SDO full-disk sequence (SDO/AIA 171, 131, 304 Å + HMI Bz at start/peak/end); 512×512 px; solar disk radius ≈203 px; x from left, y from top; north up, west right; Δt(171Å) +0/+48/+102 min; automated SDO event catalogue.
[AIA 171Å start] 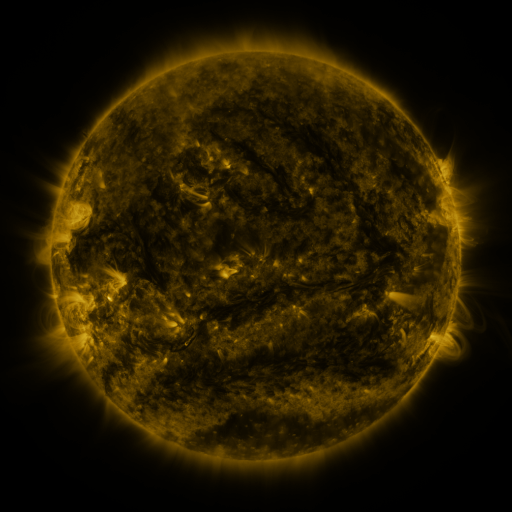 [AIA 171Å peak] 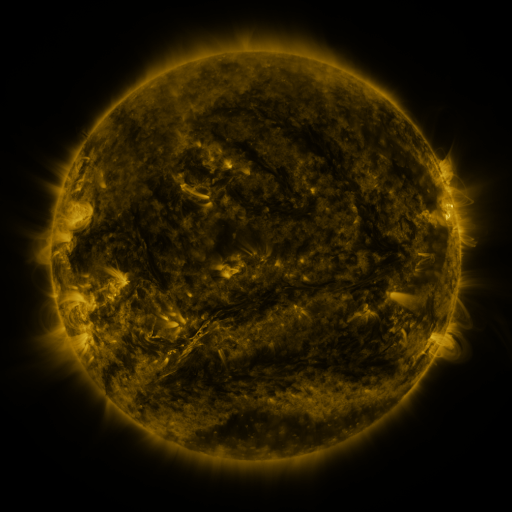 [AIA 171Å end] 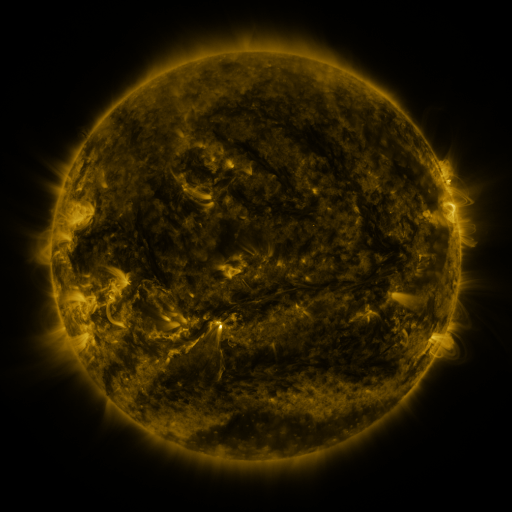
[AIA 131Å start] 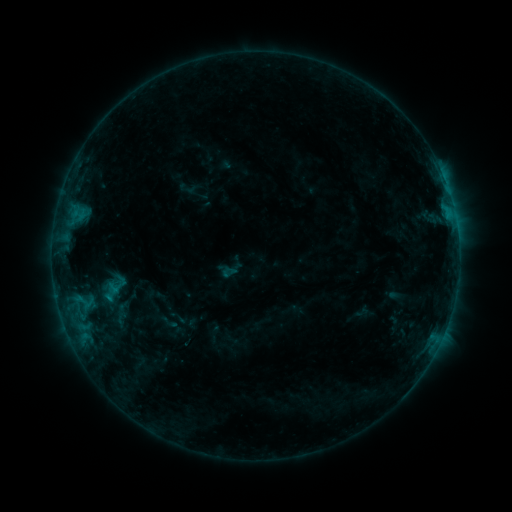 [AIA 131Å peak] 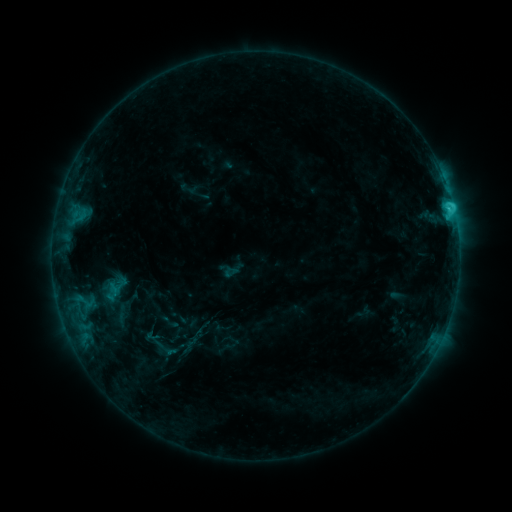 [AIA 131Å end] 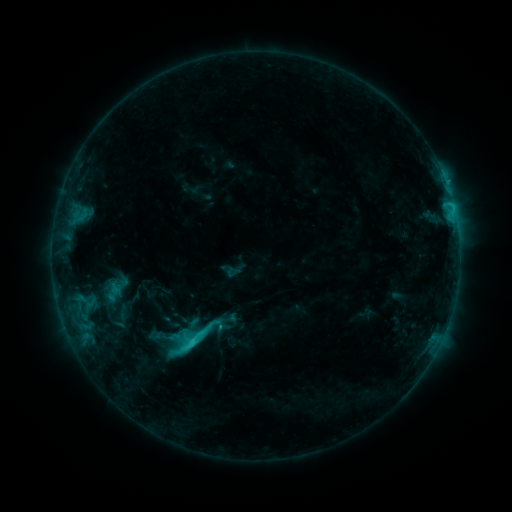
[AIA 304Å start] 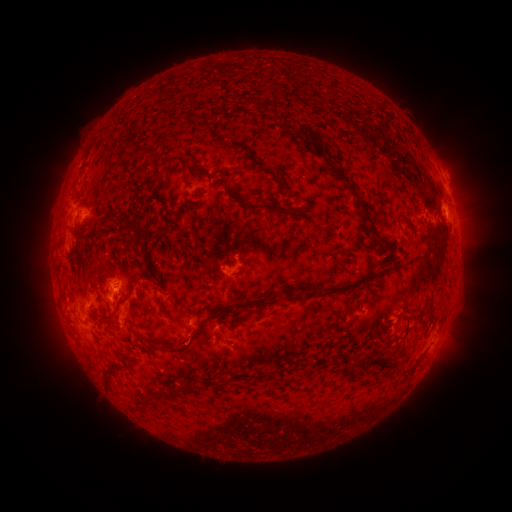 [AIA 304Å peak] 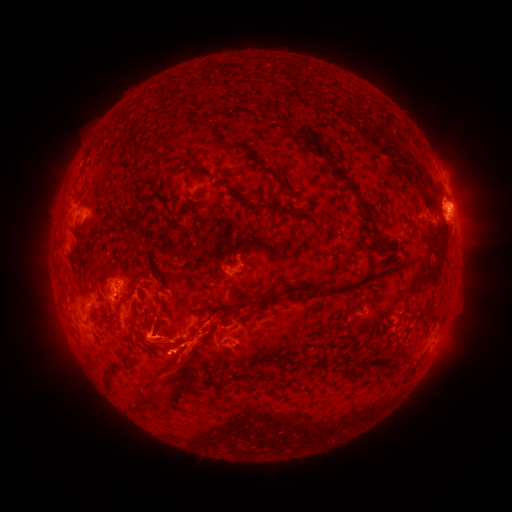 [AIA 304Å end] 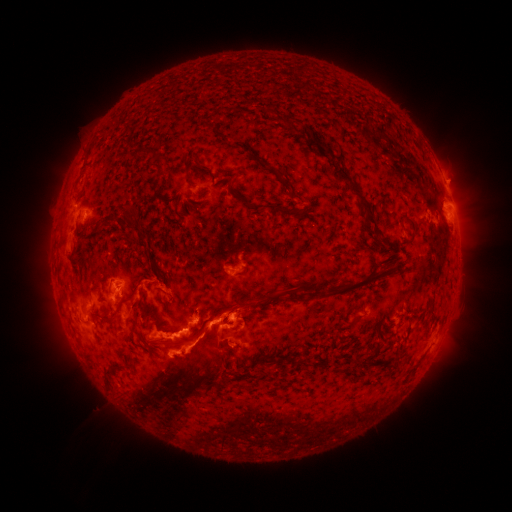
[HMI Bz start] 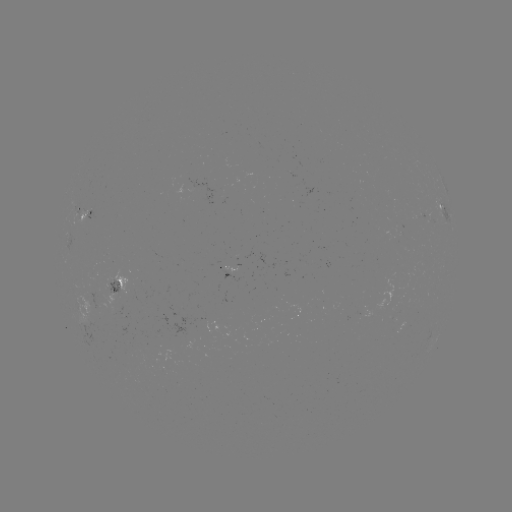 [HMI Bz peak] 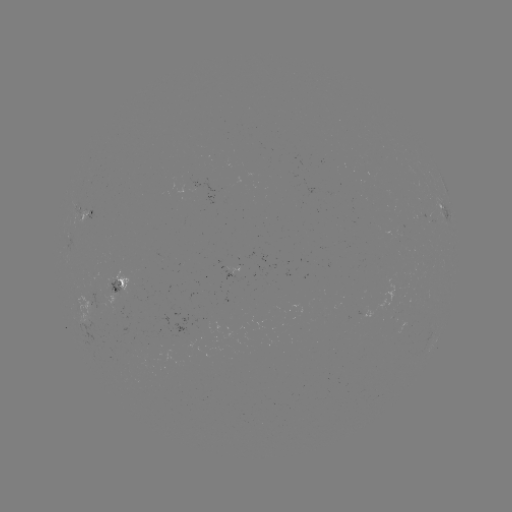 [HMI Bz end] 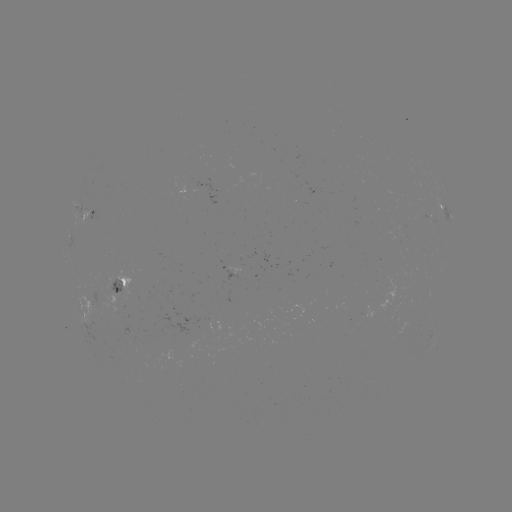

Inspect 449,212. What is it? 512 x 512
C2.7 flare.